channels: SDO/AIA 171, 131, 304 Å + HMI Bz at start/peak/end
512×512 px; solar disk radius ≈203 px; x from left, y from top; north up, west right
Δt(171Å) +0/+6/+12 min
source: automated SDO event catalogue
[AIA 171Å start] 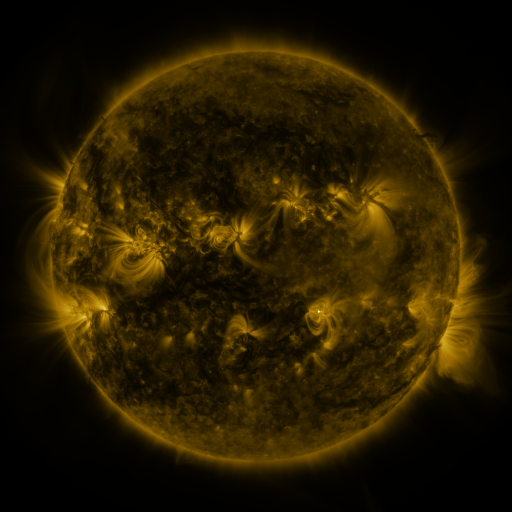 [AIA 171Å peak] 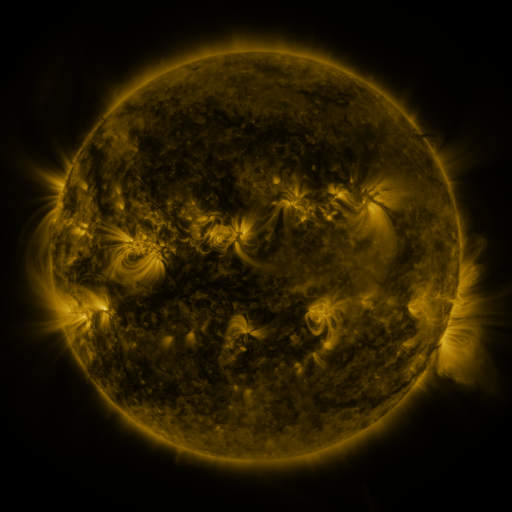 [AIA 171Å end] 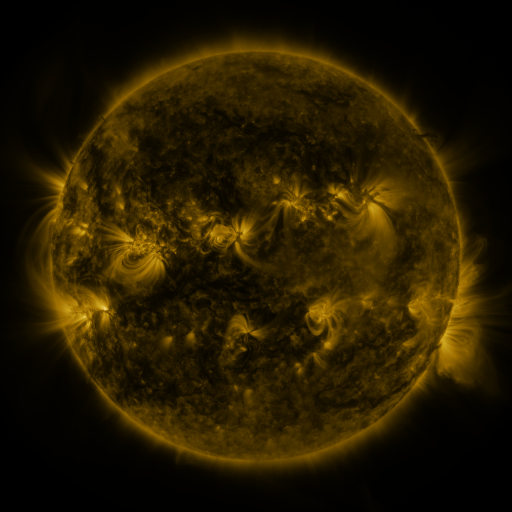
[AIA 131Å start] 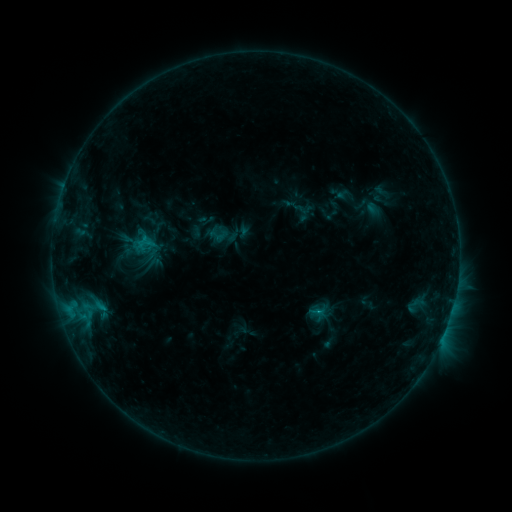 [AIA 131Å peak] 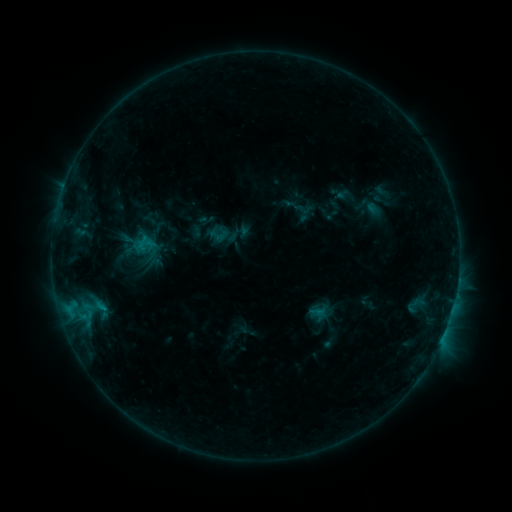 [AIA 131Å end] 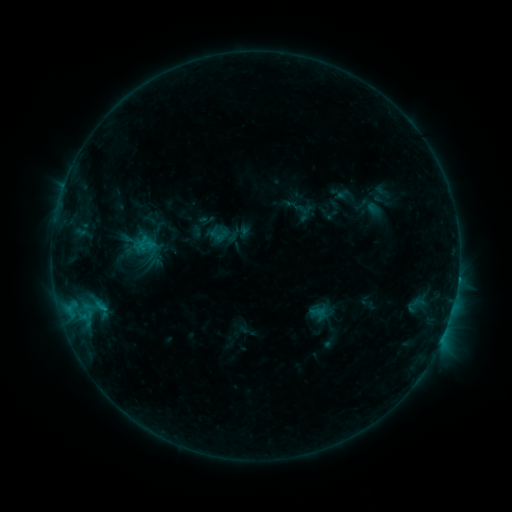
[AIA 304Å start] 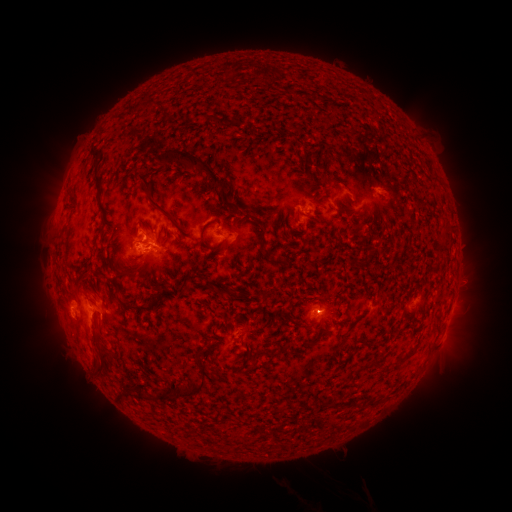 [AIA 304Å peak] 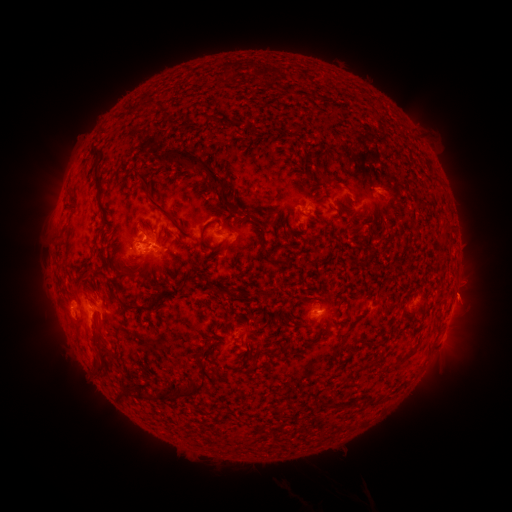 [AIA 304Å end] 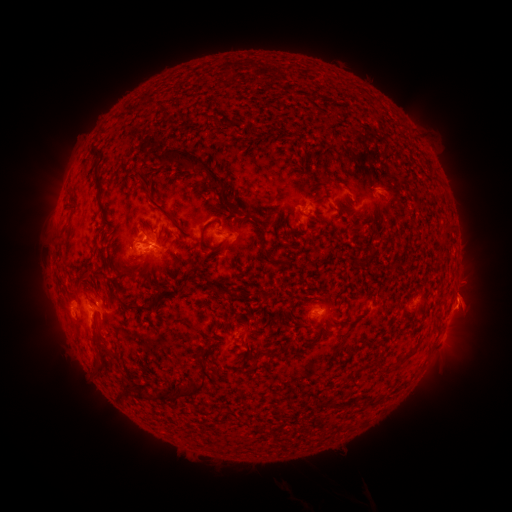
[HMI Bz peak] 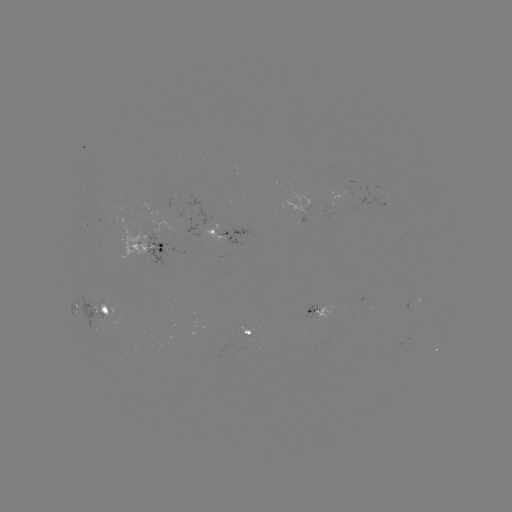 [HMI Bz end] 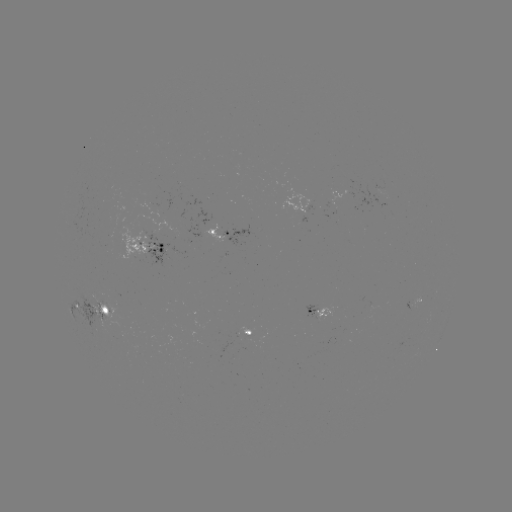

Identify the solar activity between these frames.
eruption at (467, 306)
